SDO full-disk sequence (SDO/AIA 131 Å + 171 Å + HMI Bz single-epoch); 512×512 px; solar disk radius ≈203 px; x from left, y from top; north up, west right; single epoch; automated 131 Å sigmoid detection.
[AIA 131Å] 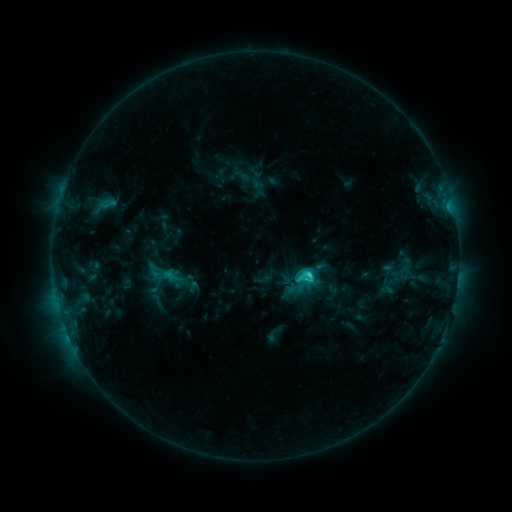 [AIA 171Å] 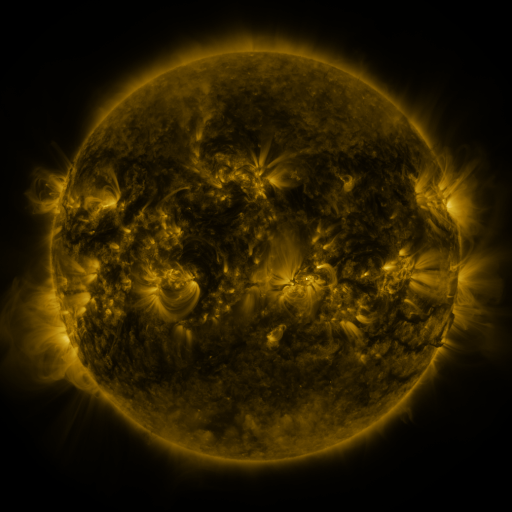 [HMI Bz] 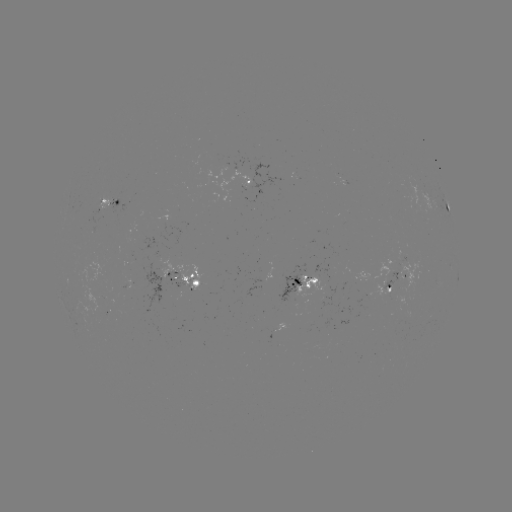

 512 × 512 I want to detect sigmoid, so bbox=[141, 254, 181, 289].